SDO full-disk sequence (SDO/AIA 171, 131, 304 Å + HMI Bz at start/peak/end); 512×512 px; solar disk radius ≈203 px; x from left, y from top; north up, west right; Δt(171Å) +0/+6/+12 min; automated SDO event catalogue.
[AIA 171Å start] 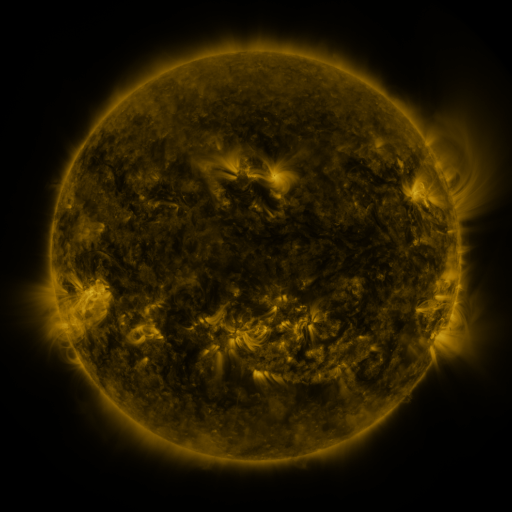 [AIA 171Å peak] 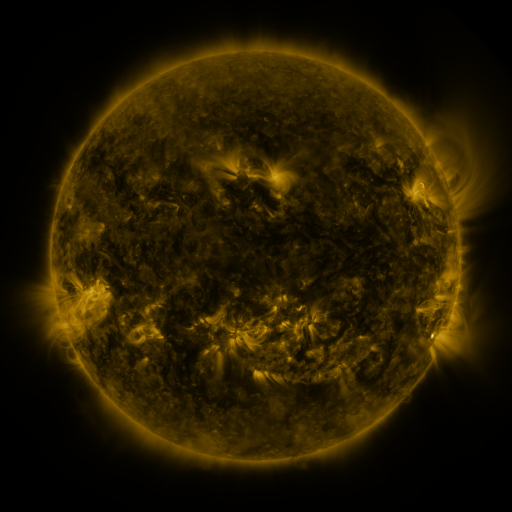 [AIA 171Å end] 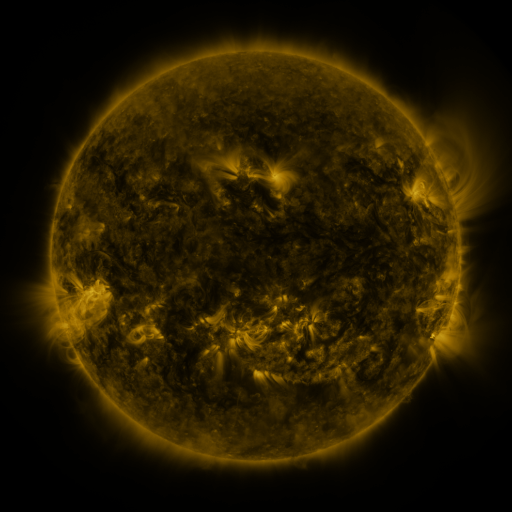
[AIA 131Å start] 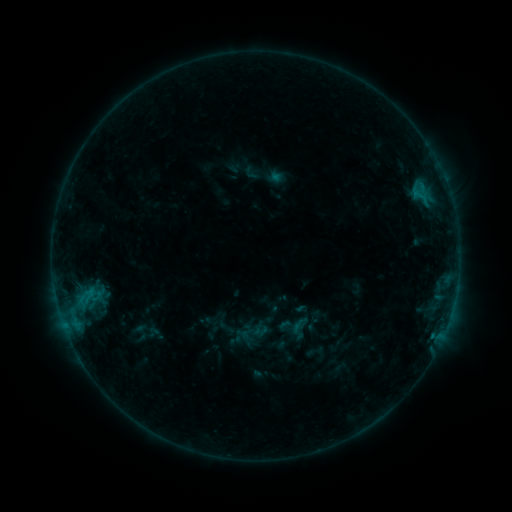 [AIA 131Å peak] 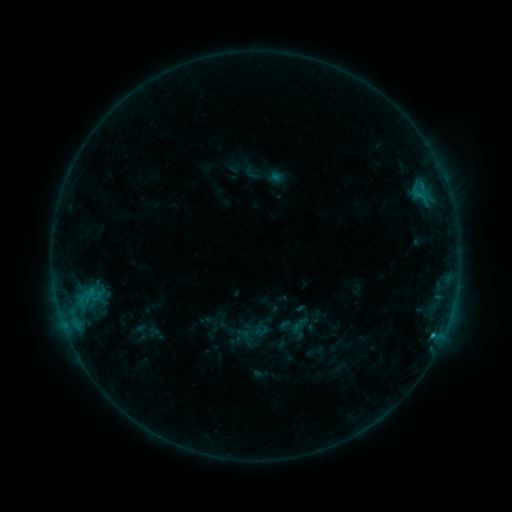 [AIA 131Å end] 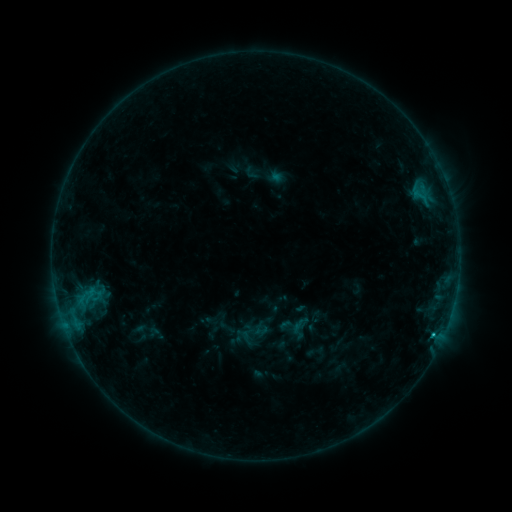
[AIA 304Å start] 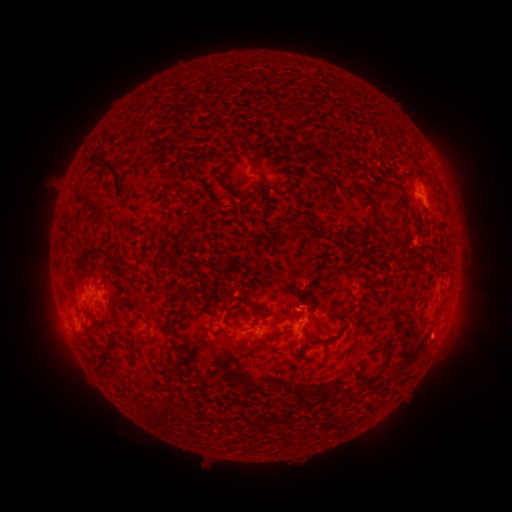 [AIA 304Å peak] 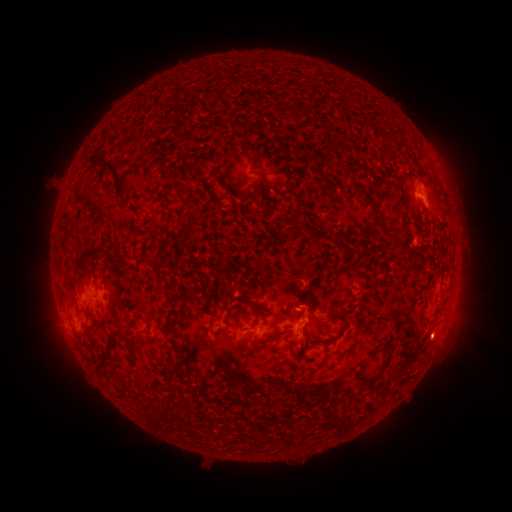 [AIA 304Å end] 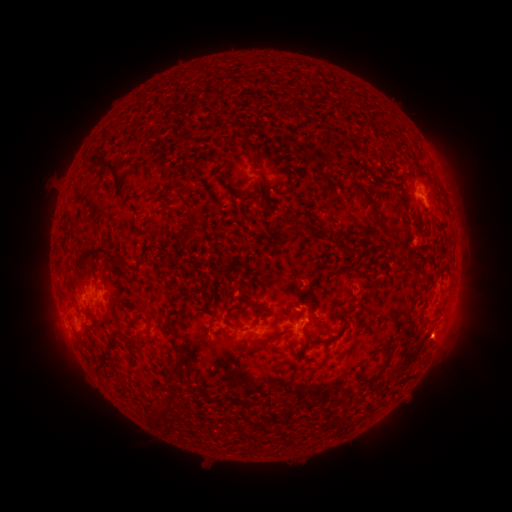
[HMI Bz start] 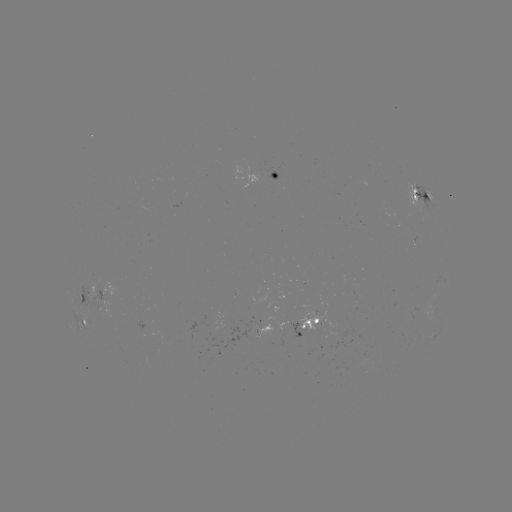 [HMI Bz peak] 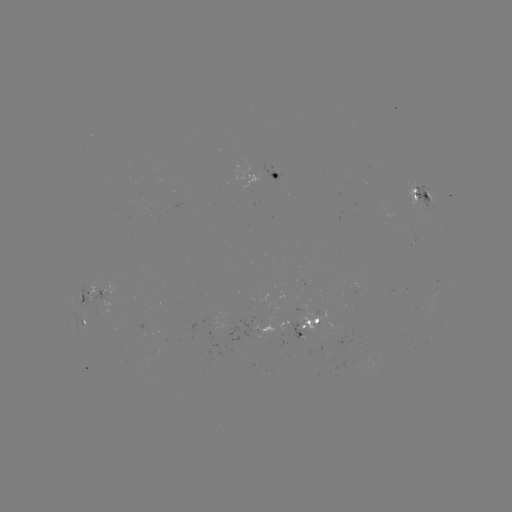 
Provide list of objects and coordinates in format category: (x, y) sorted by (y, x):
B7.3 flare: (433, 333)
